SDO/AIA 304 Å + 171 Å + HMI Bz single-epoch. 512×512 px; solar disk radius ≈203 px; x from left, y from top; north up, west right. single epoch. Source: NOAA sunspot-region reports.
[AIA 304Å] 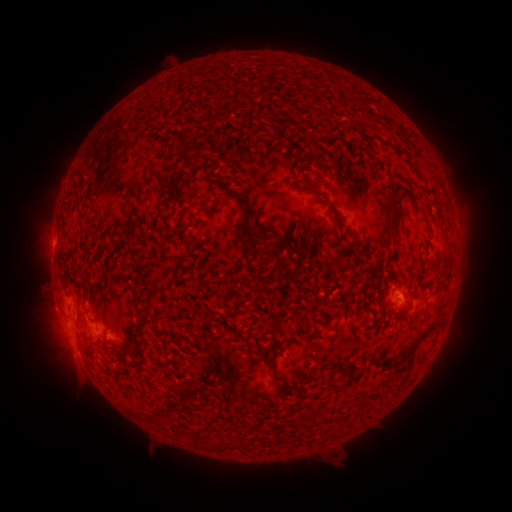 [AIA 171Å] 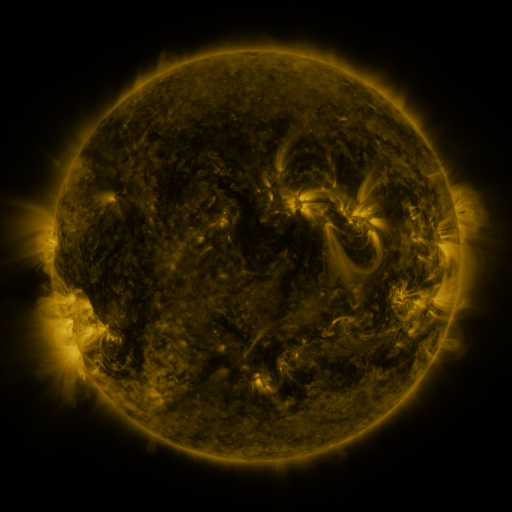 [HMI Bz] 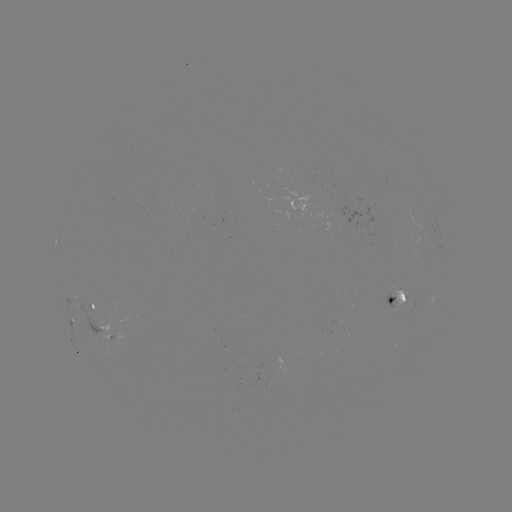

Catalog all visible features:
spotted active region: (399, 297)
spotted active region: (77, 299)
spotted active region: (97, 303)
spotted active region: (99, 327)
spotted active region: (113, 334)
